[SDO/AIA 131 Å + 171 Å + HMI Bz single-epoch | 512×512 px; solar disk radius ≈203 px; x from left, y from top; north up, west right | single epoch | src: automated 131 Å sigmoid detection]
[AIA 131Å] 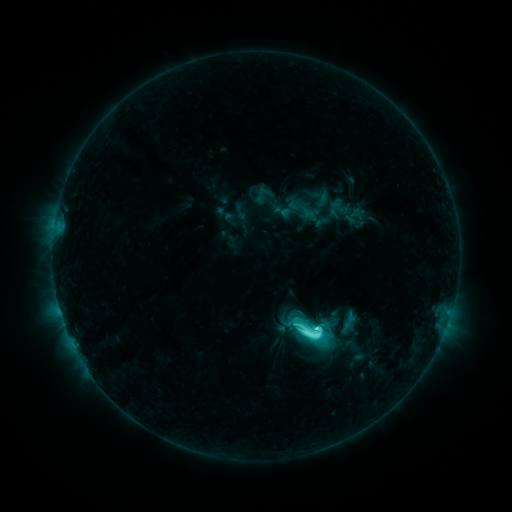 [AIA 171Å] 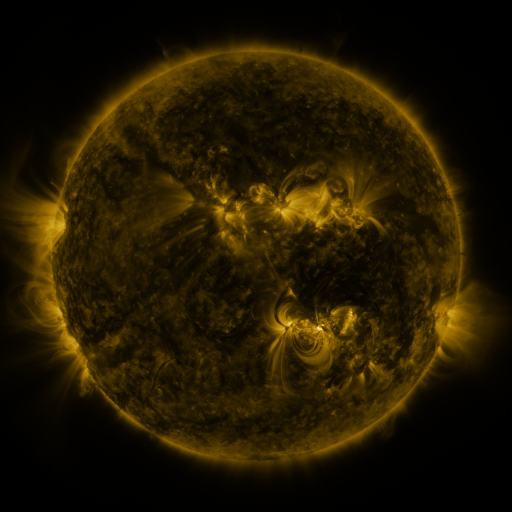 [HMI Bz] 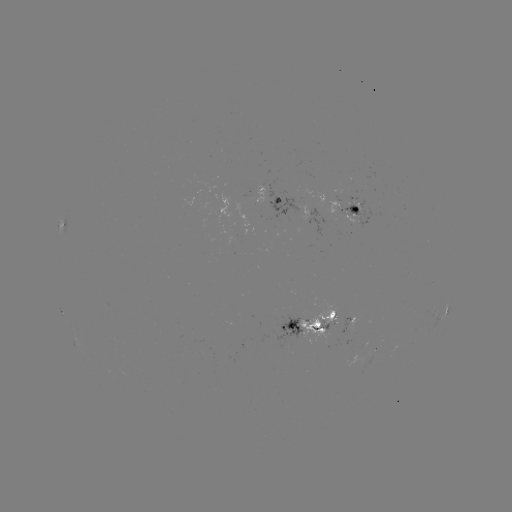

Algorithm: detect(sigmoid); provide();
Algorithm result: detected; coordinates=(311, 330)